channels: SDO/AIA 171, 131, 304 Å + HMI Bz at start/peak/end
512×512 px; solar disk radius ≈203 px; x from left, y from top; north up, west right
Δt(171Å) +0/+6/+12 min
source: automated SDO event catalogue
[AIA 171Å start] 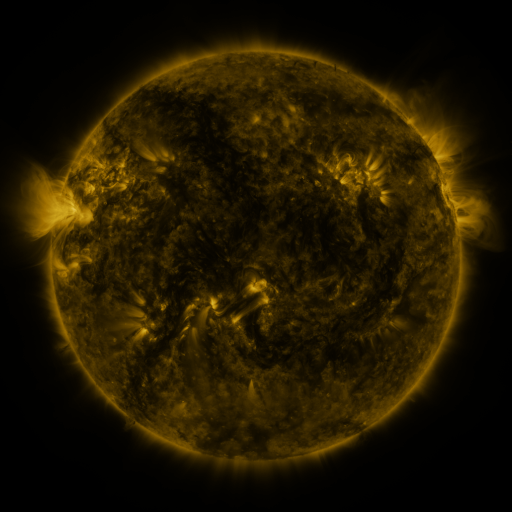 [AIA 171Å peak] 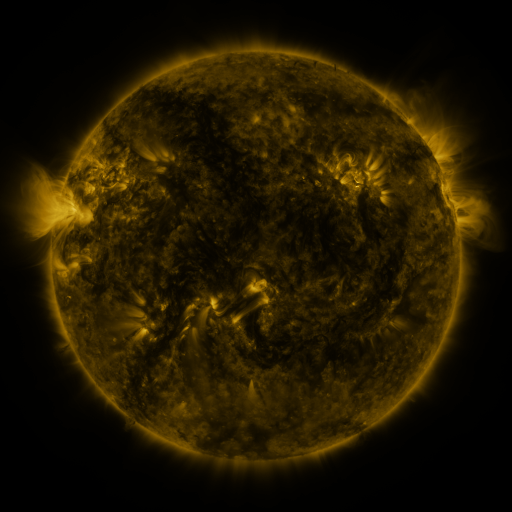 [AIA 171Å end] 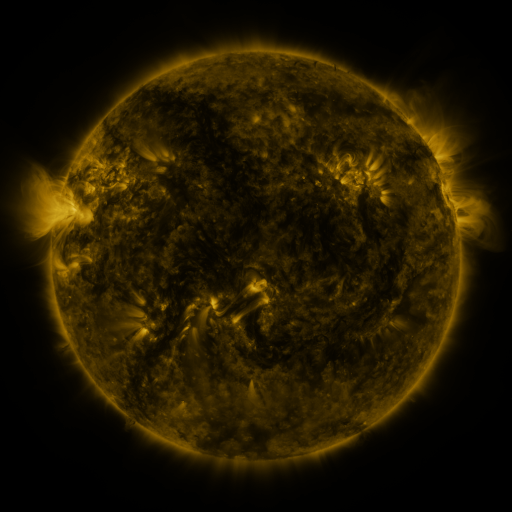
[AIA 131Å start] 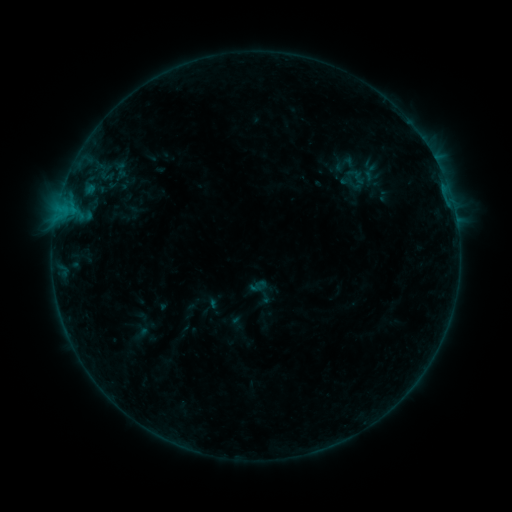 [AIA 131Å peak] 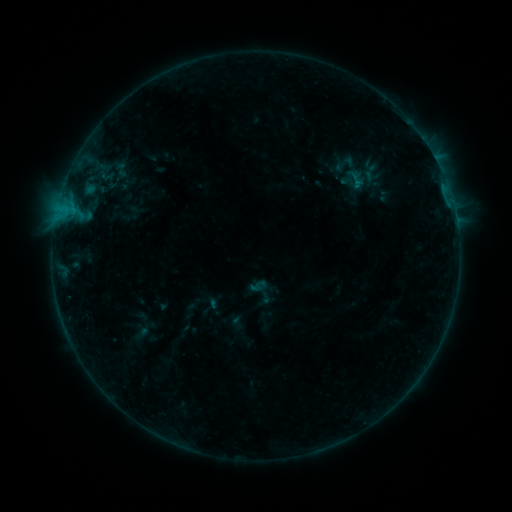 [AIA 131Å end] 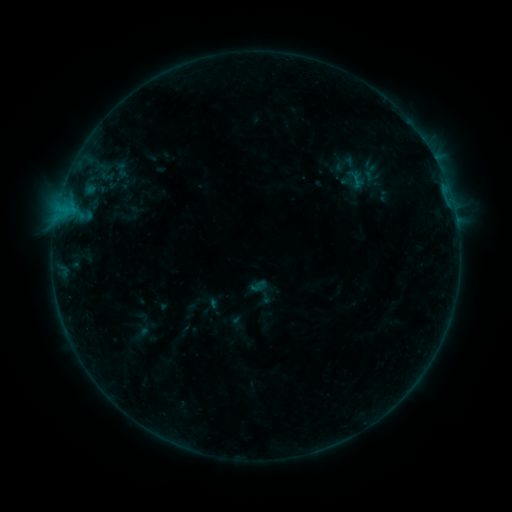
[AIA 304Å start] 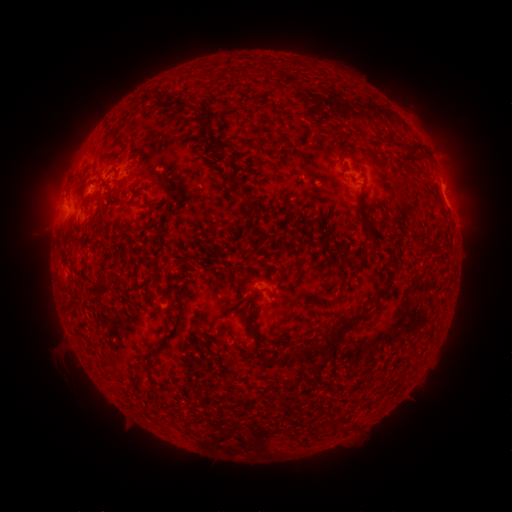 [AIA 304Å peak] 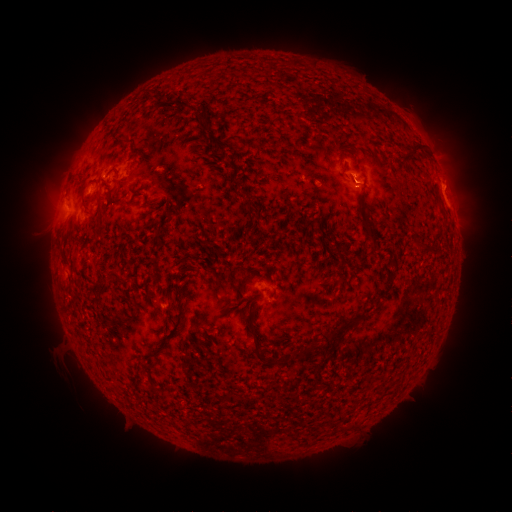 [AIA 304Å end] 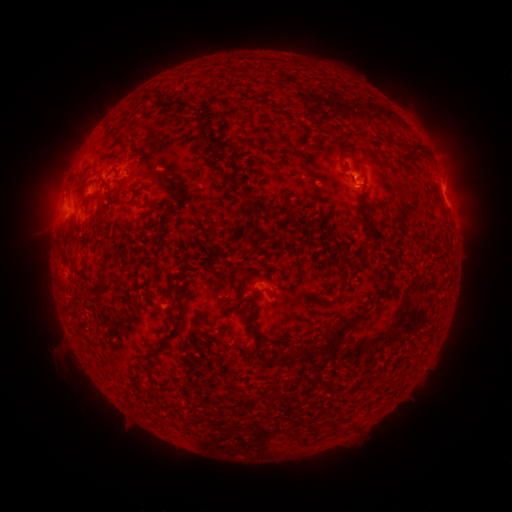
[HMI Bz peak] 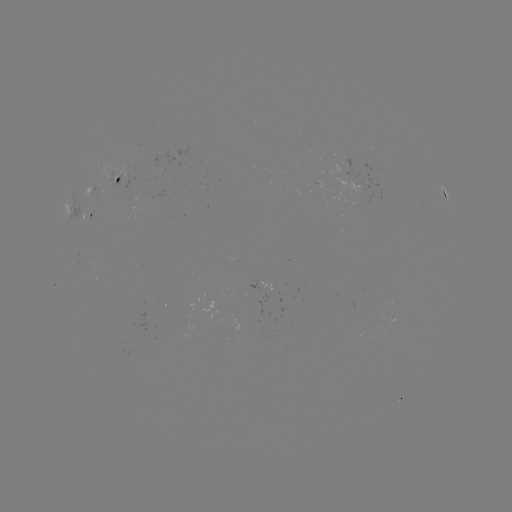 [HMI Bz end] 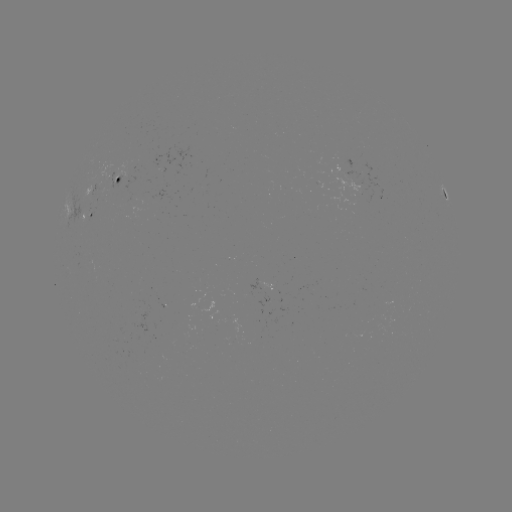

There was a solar flare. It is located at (354, 185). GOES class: B4.0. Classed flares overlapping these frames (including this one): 1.